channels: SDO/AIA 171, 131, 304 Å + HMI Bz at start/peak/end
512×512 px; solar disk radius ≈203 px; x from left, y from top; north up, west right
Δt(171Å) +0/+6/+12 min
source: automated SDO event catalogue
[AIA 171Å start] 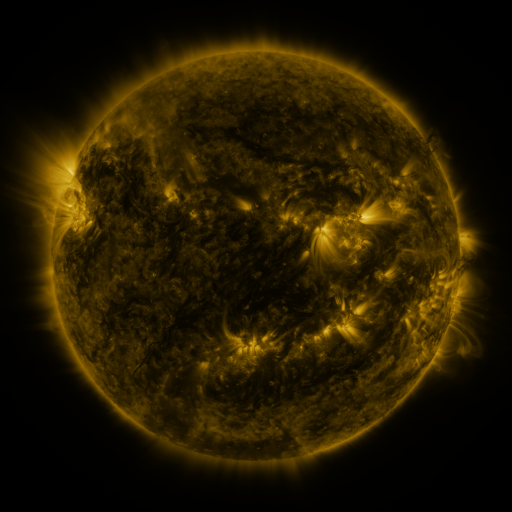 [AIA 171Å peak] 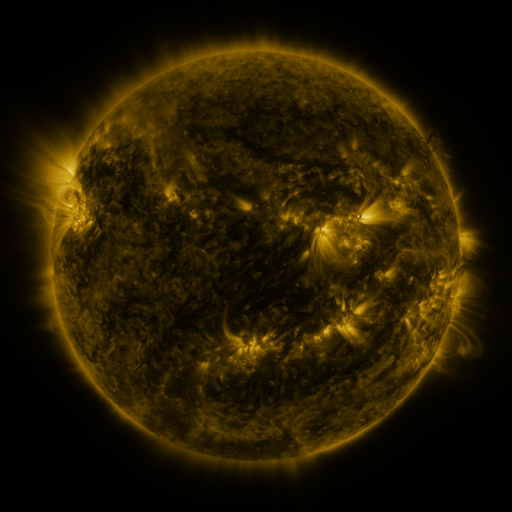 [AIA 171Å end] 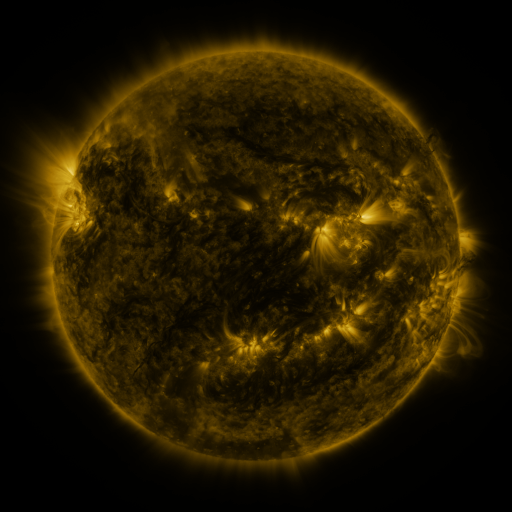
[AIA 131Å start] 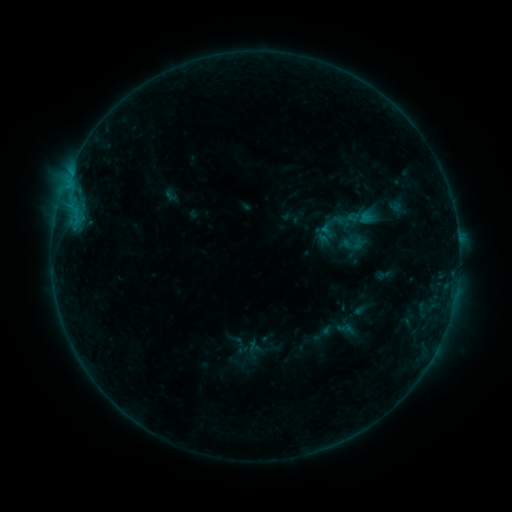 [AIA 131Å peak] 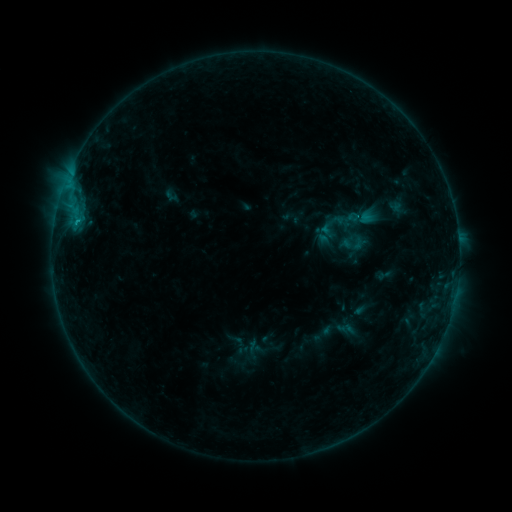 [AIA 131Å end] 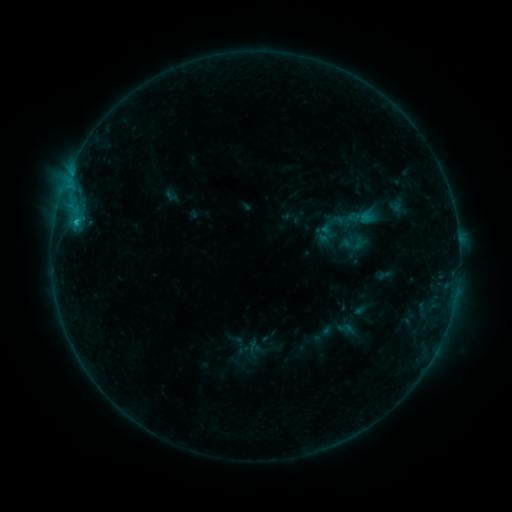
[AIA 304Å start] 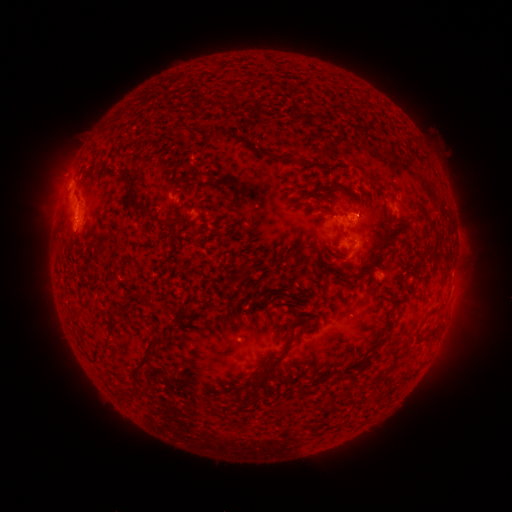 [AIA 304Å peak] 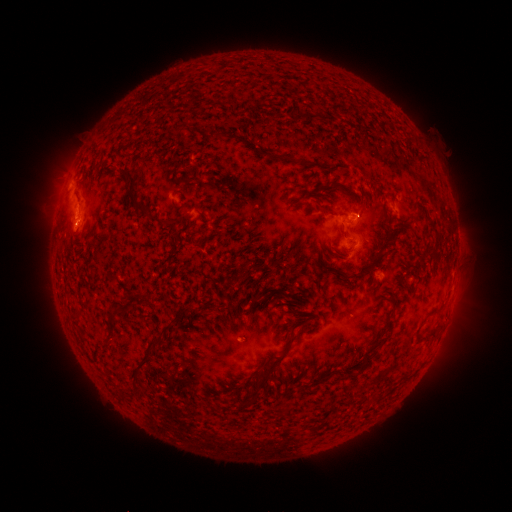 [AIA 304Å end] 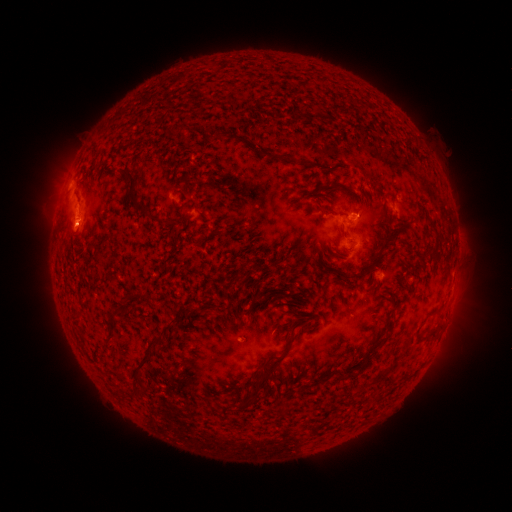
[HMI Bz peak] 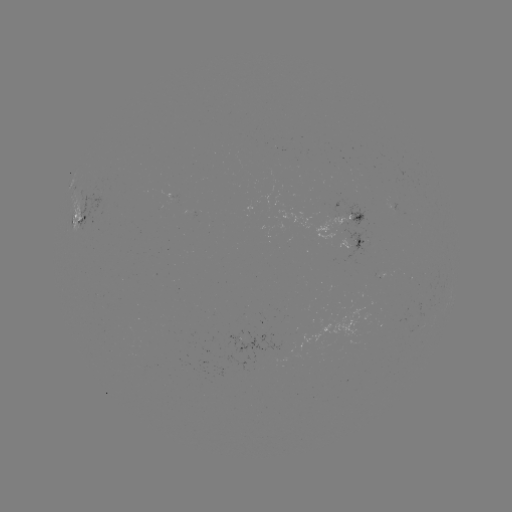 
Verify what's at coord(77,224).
C1.6 flare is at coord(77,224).